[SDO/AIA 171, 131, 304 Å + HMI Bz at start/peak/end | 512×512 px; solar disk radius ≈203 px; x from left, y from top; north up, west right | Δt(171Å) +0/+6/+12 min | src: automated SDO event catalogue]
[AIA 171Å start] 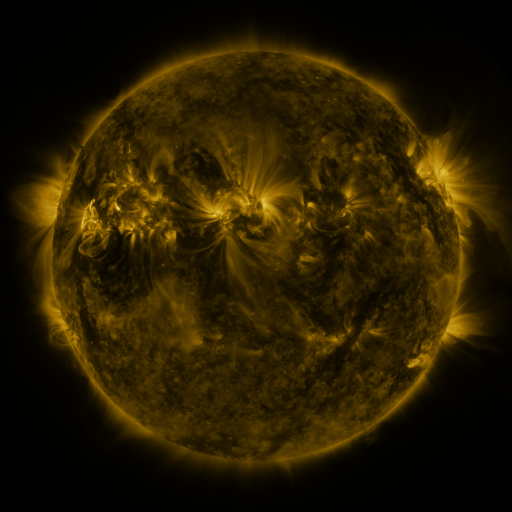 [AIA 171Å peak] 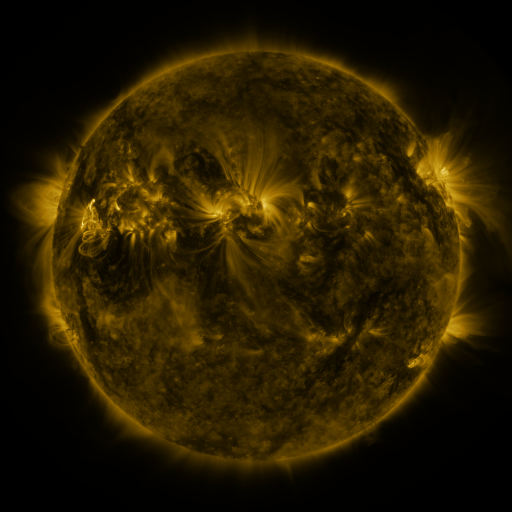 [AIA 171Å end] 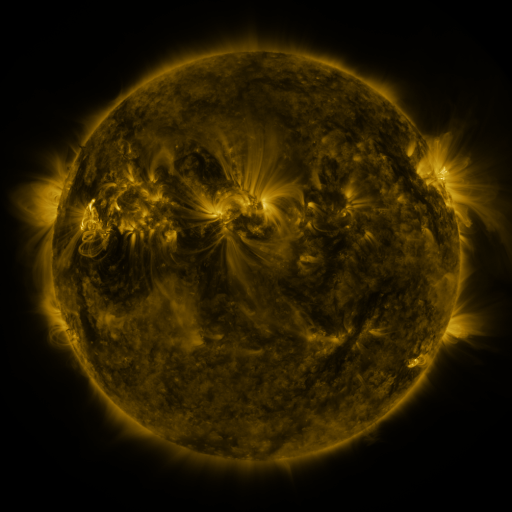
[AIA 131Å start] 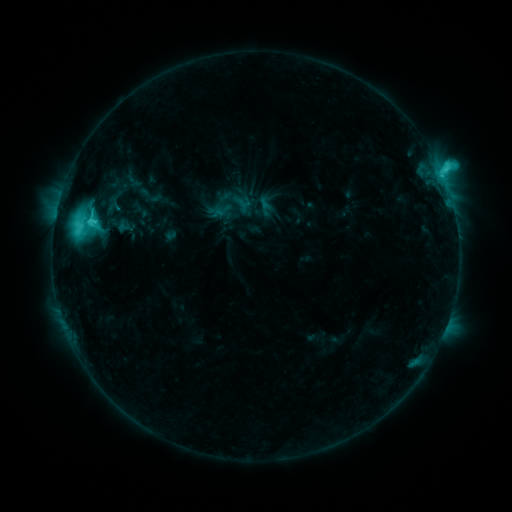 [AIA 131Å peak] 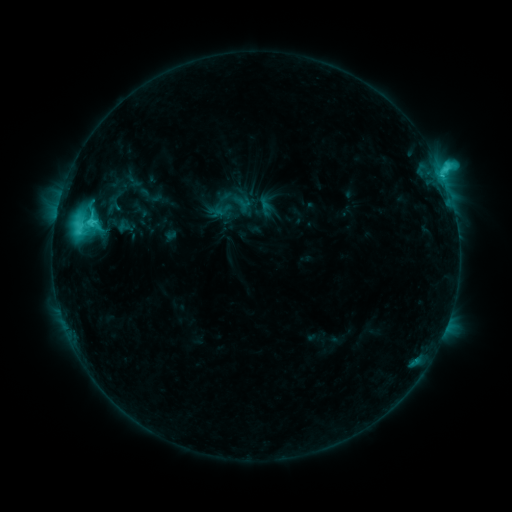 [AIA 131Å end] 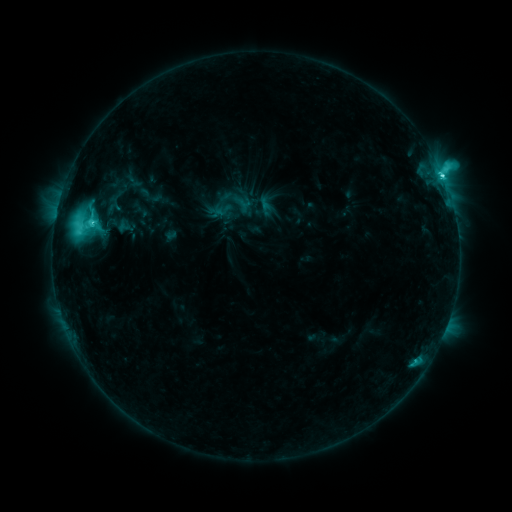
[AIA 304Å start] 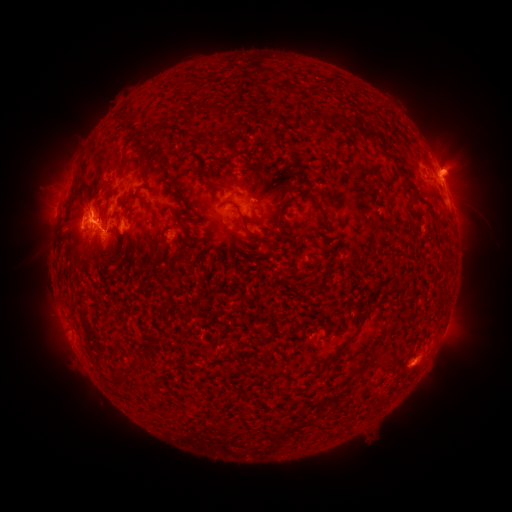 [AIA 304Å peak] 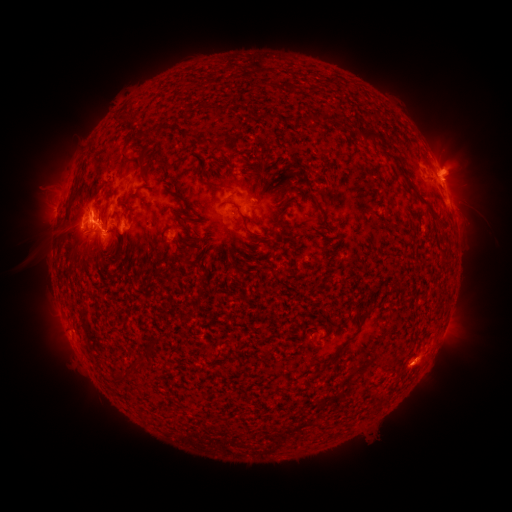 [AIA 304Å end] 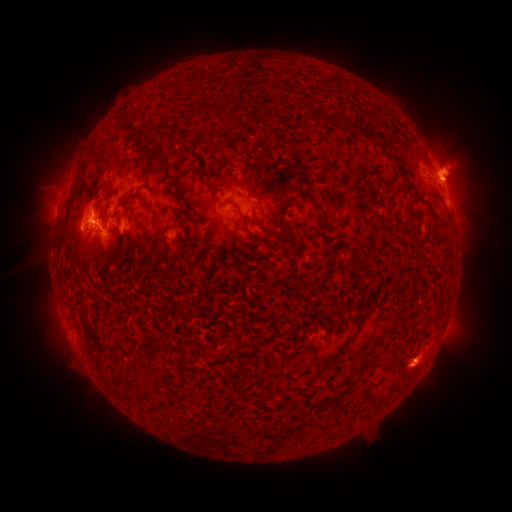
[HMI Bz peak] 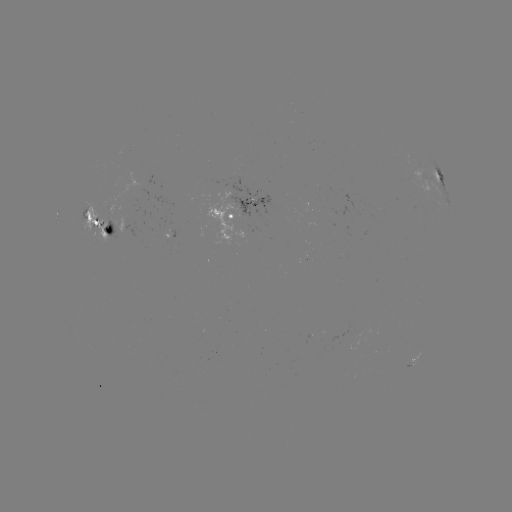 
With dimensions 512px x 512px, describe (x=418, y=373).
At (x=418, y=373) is eruption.